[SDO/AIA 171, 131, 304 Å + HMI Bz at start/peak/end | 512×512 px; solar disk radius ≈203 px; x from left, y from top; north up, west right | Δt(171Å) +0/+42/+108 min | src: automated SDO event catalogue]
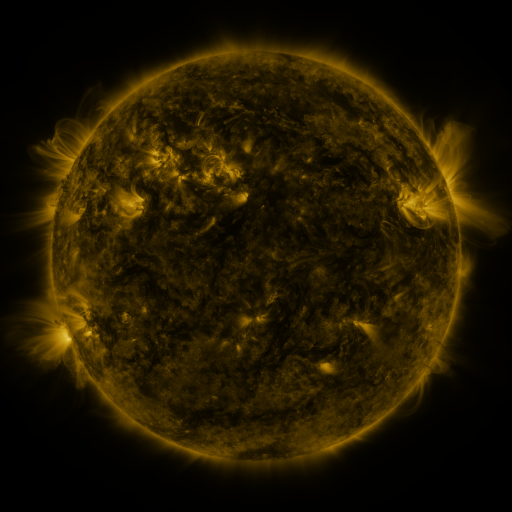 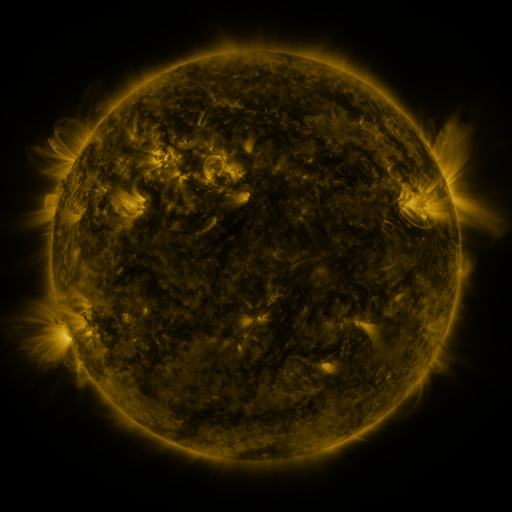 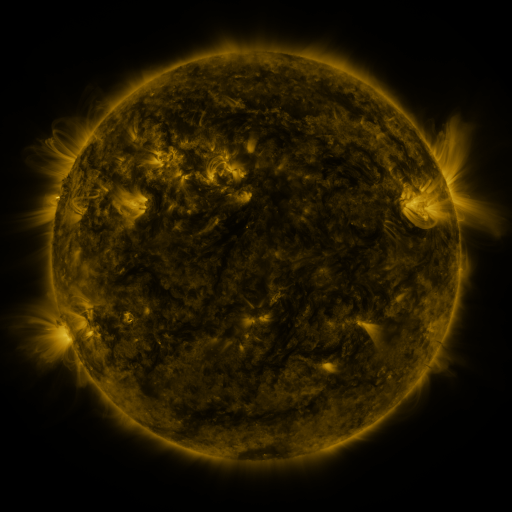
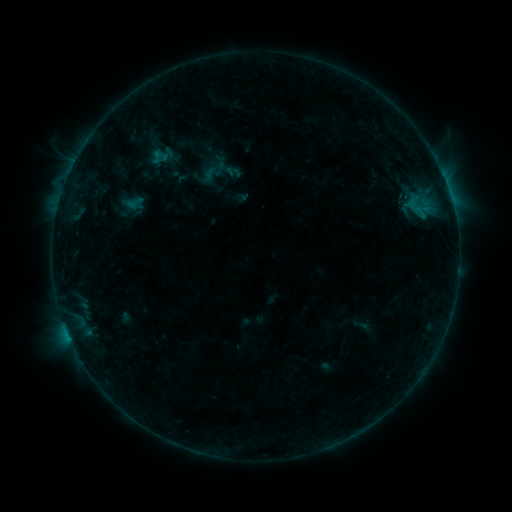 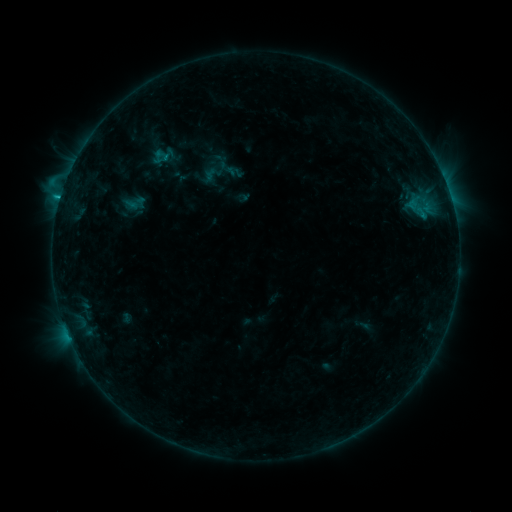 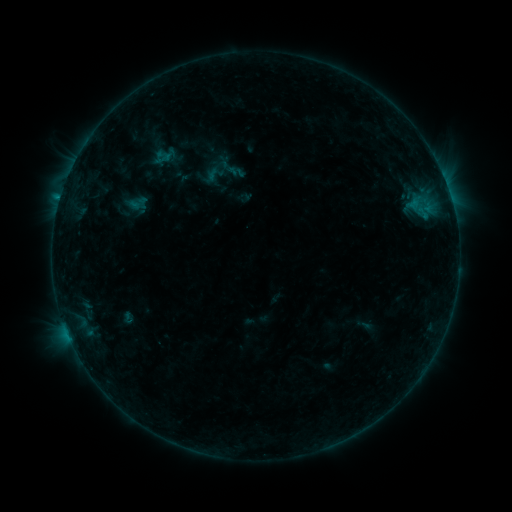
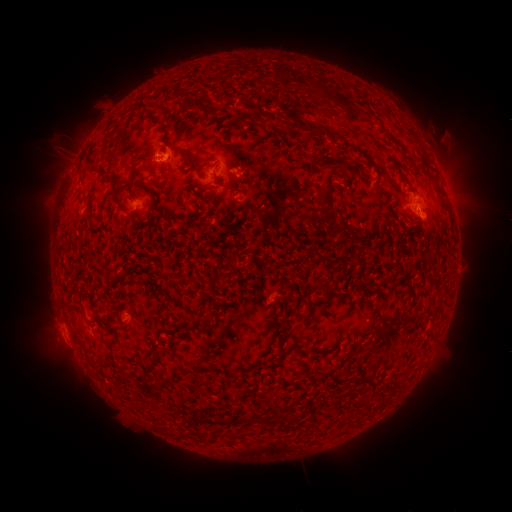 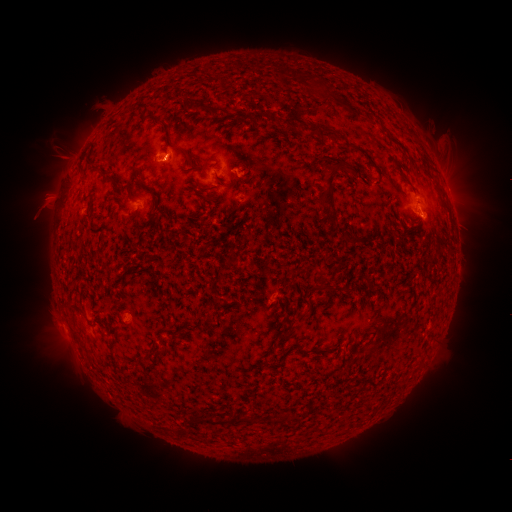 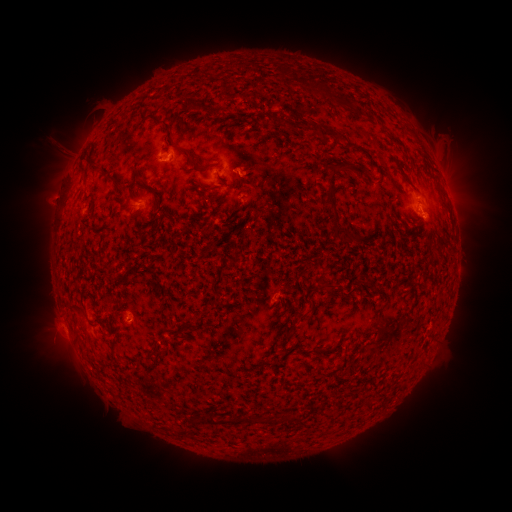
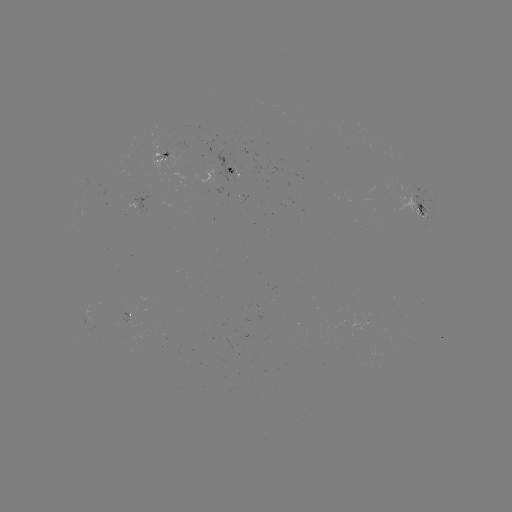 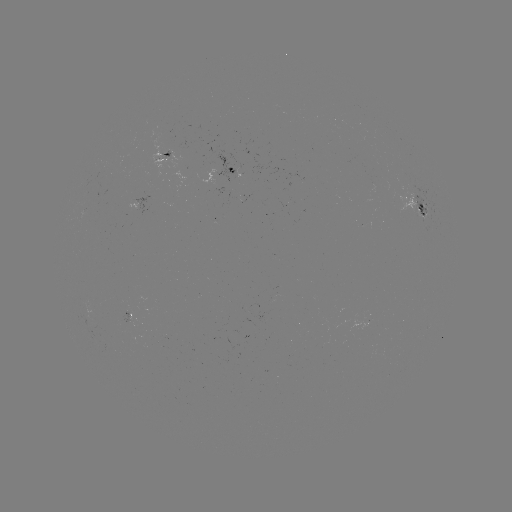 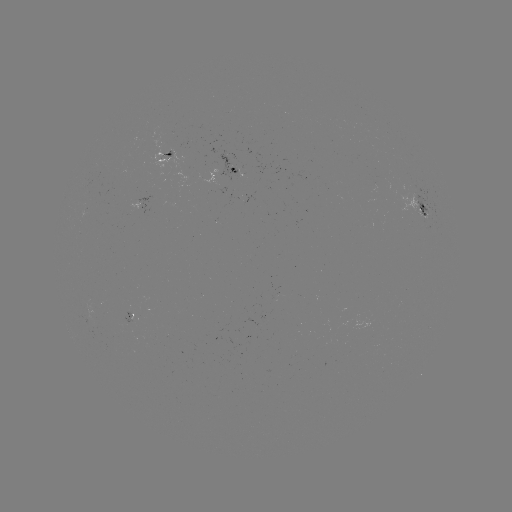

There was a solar flare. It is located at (60, 199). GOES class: C1.3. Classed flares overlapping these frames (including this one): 1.